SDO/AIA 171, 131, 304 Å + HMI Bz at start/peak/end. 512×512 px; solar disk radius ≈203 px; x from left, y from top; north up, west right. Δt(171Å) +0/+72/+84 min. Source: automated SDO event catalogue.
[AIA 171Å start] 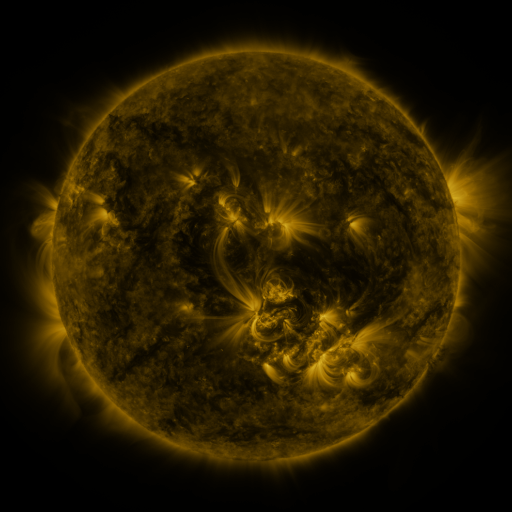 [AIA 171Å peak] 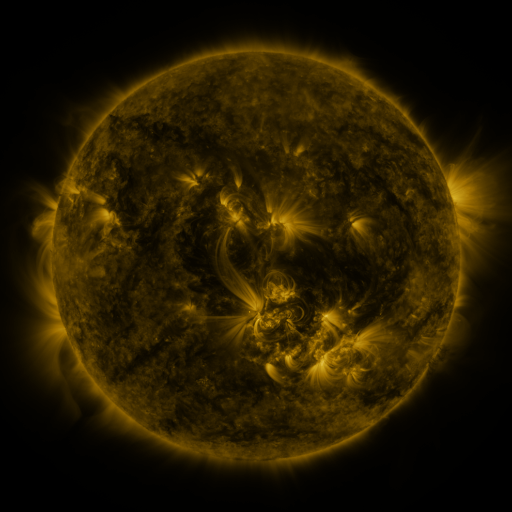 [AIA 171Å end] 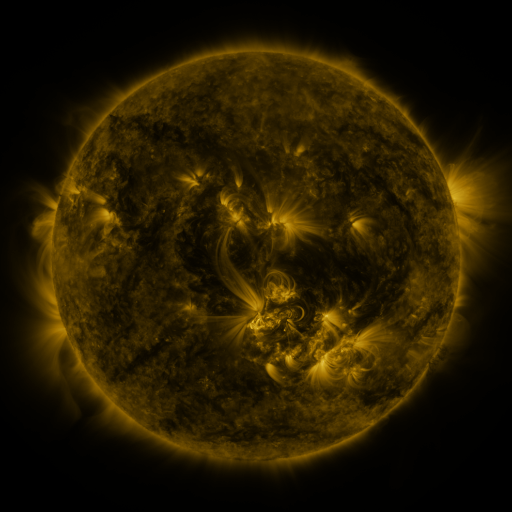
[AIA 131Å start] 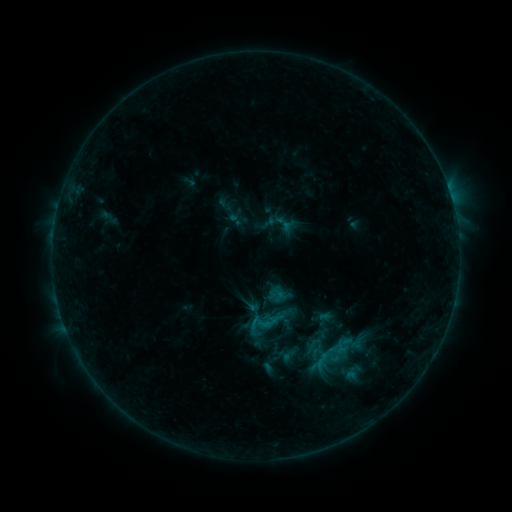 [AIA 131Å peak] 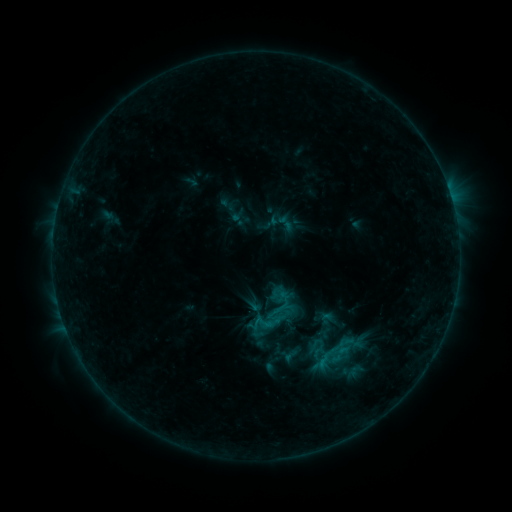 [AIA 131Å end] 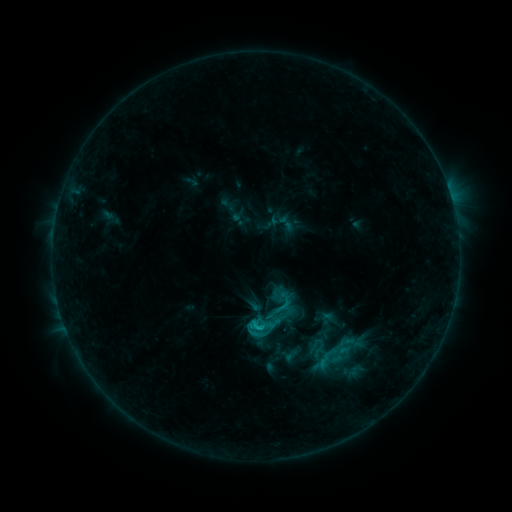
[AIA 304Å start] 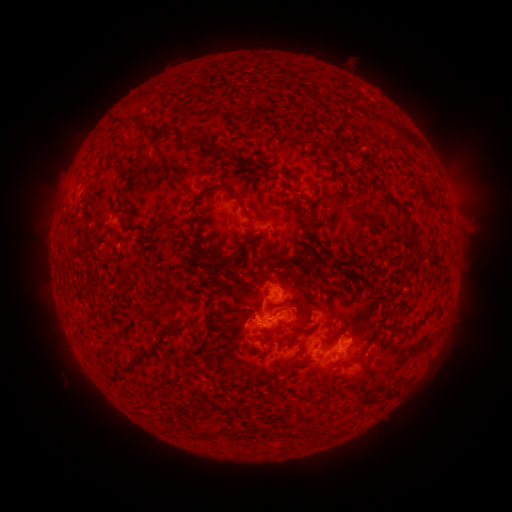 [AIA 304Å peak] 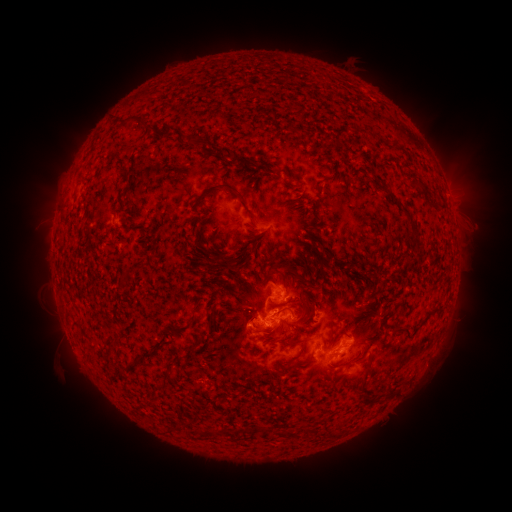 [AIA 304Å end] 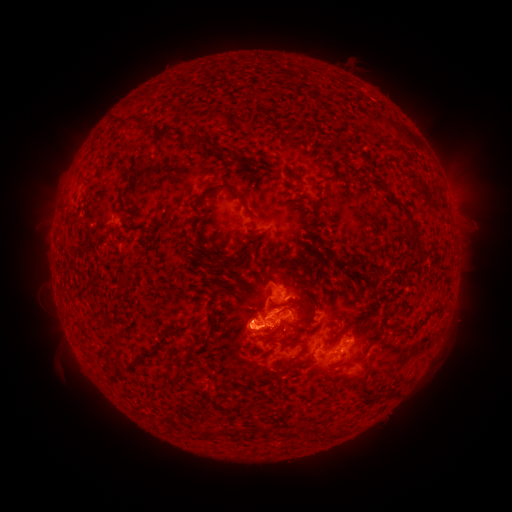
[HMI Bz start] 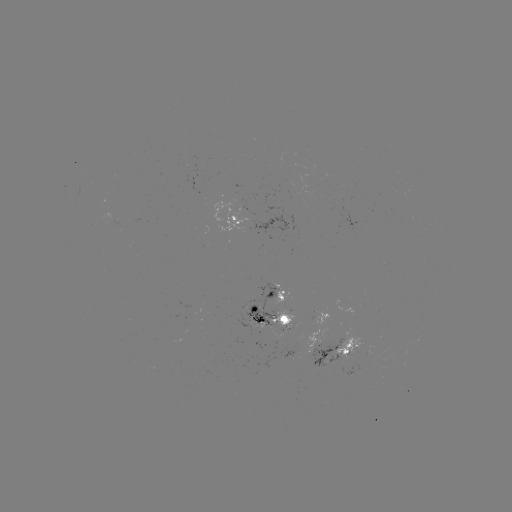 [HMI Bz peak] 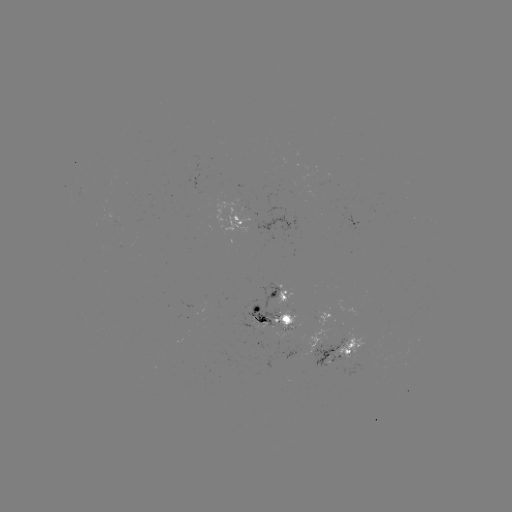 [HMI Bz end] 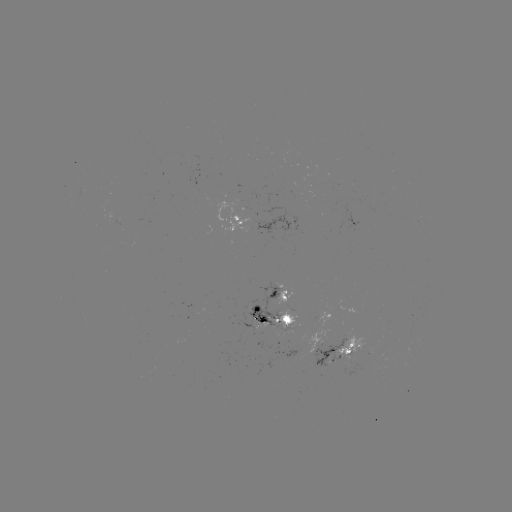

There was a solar emerging-flux region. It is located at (294, 344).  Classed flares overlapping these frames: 2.